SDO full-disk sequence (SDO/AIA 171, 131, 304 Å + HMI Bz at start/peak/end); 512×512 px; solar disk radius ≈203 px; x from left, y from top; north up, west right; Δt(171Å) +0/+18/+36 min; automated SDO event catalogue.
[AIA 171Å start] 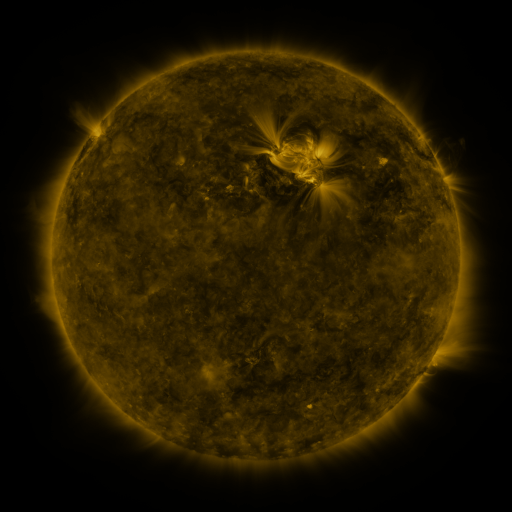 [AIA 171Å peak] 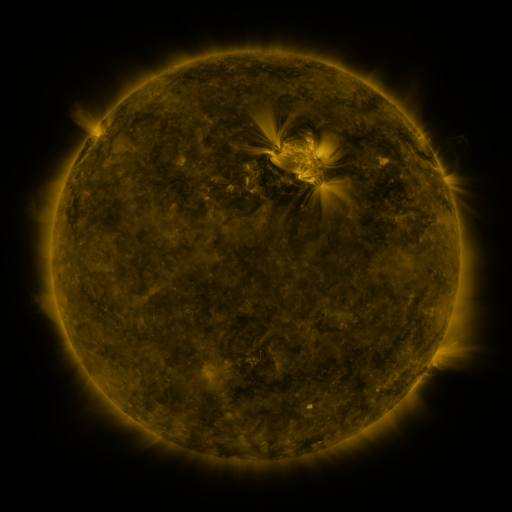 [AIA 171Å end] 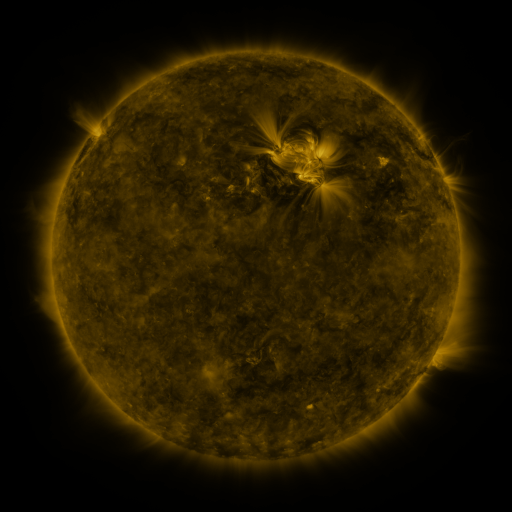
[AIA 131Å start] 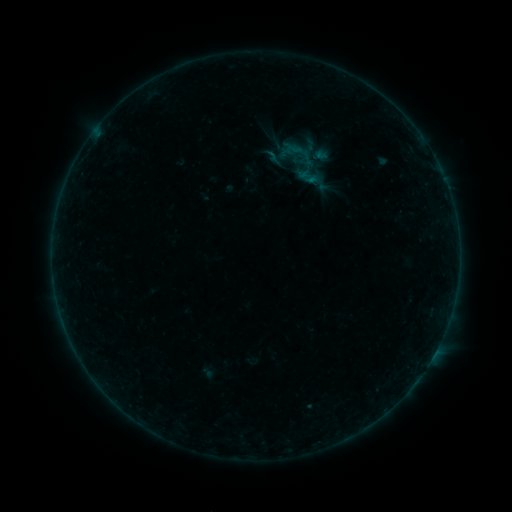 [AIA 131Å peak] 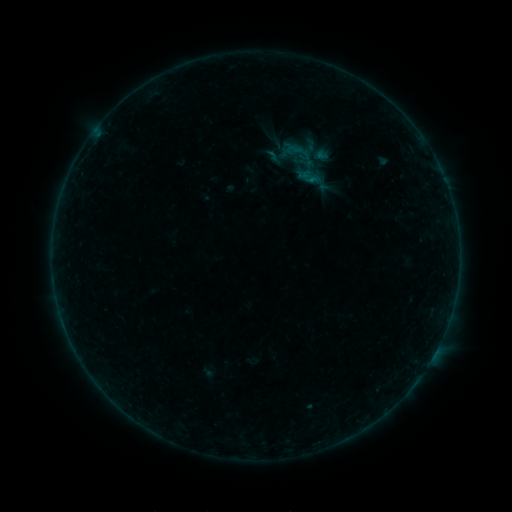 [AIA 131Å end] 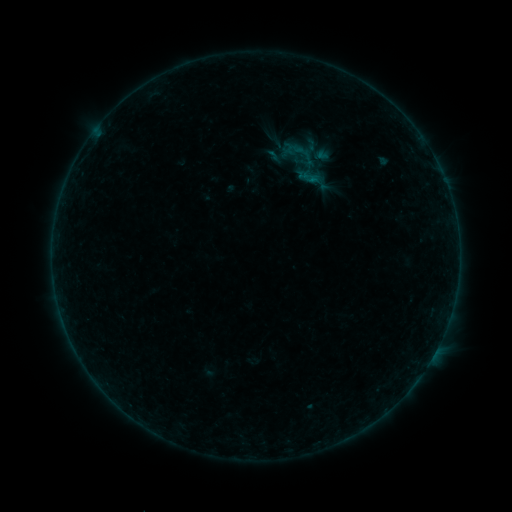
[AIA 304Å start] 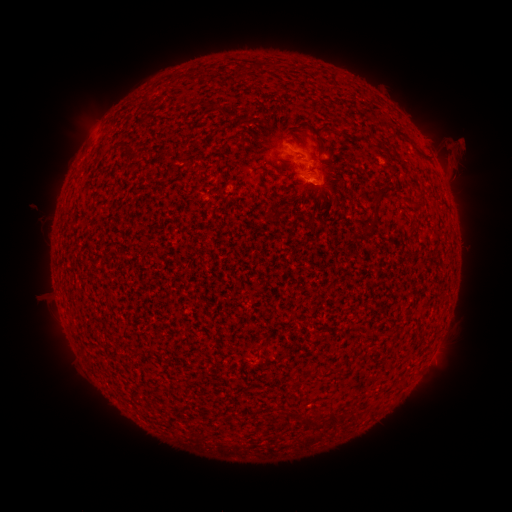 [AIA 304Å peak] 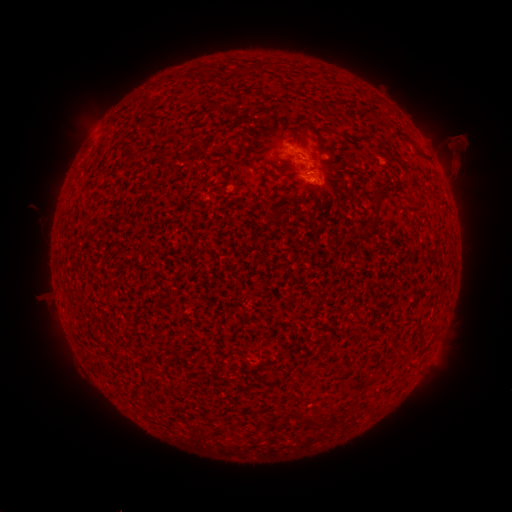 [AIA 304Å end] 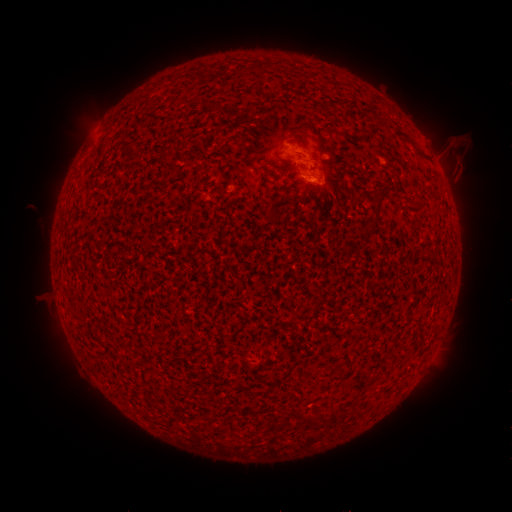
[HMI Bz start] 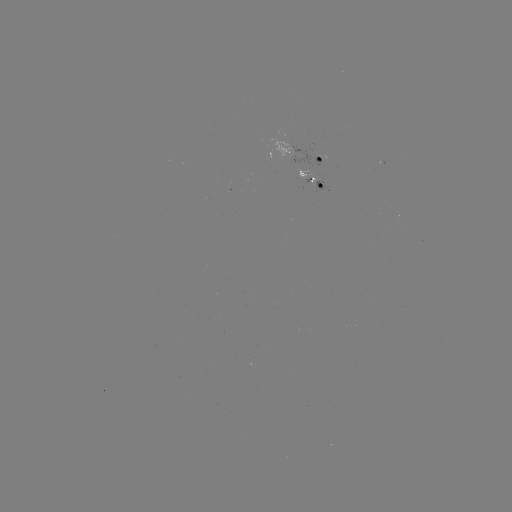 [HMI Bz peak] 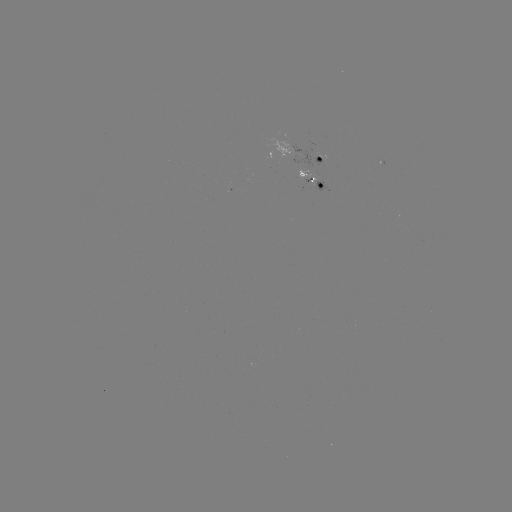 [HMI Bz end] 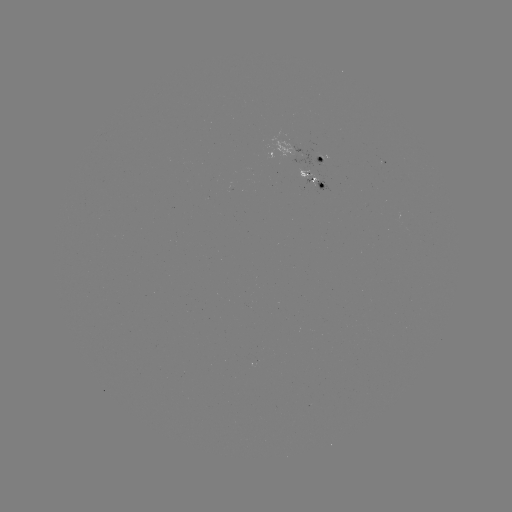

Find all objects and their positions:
eruption: (460, 160)
